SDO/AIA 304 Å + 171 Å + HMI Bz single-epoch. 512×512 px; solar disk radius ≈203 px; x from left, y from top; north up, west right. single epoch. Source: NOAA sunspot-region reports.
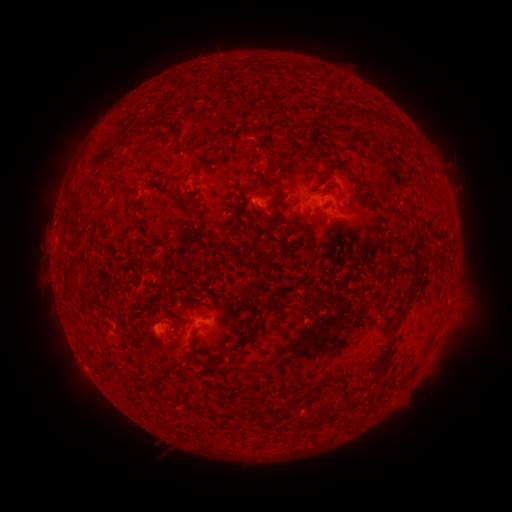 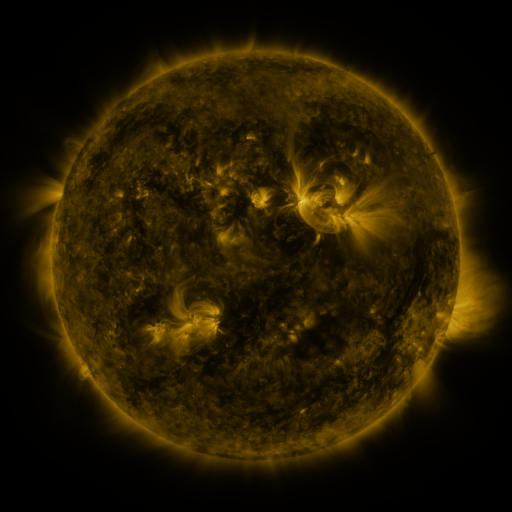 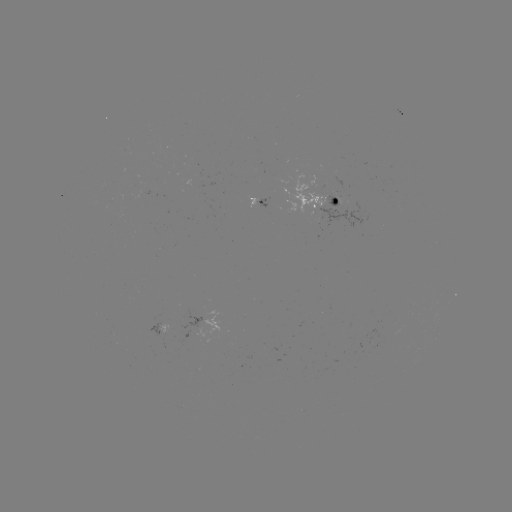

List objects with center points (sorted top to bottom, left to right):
spotted active region: (256, 198)
spotted active region: (325, 202)
spotted active region: (167, 321)
